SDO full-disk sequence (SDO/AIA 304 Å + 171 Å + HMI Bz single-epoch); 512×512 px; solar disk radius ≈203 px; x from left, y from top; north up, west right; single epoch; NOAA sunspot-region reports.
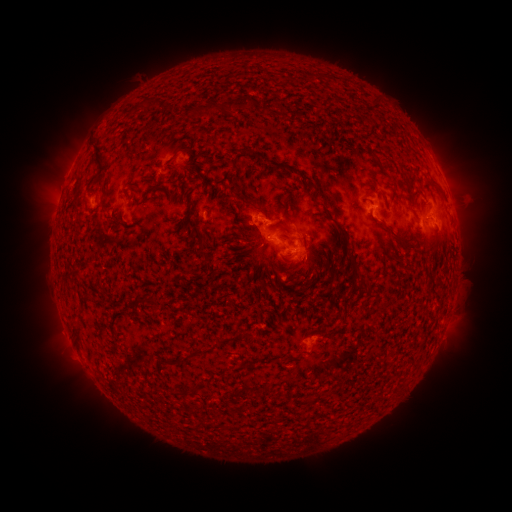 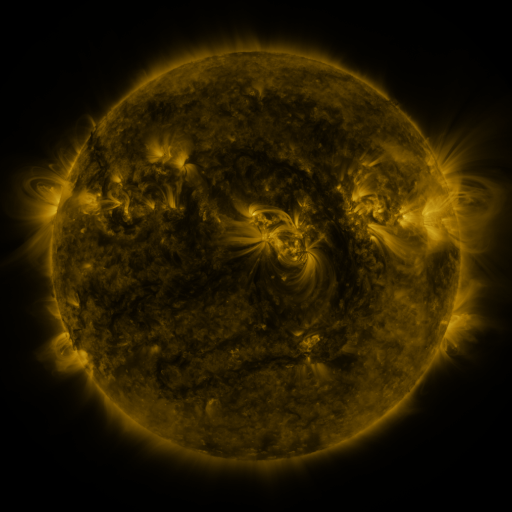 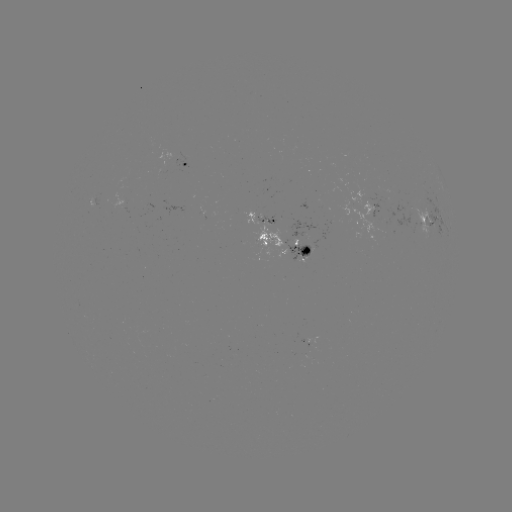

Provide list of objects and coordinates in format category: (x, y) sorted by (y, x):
spotted active region: (190, 164)
spotted active region: (382, 212)
spotted active region: (262, 219)
spotted active region: (431, 221)
spotted active region: (287, 258)
